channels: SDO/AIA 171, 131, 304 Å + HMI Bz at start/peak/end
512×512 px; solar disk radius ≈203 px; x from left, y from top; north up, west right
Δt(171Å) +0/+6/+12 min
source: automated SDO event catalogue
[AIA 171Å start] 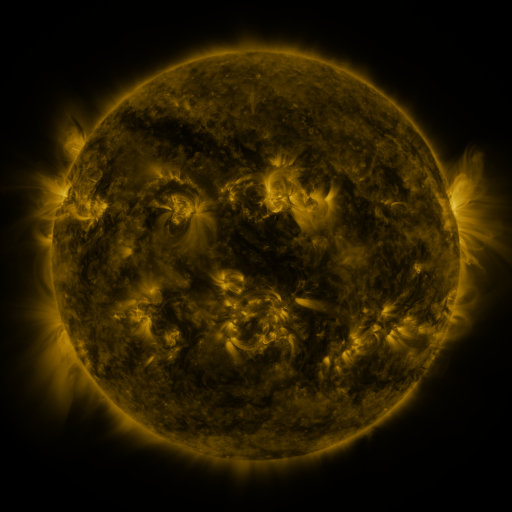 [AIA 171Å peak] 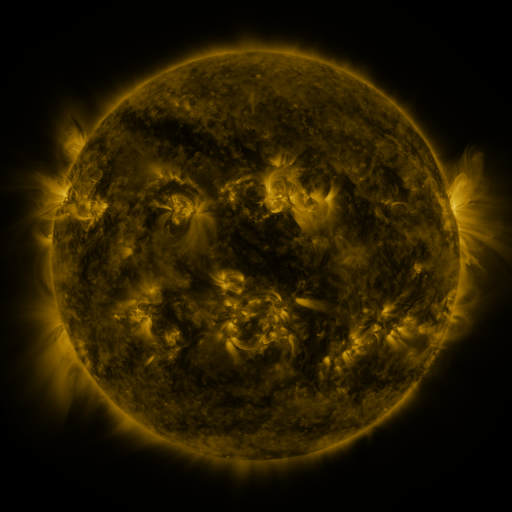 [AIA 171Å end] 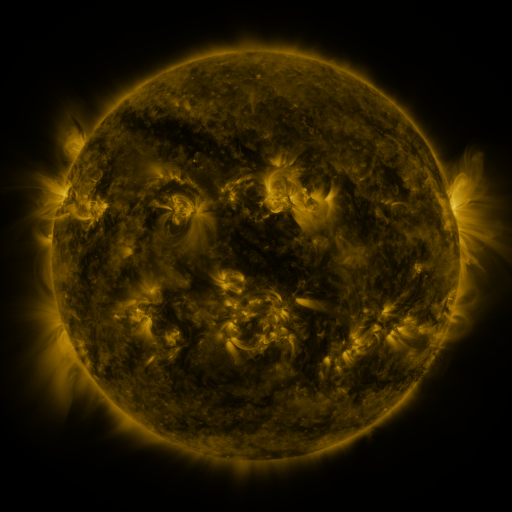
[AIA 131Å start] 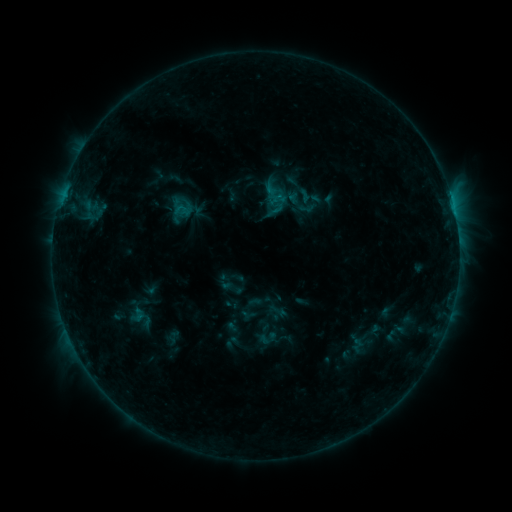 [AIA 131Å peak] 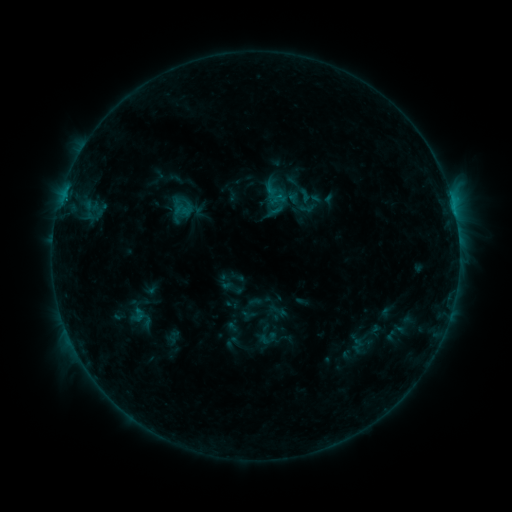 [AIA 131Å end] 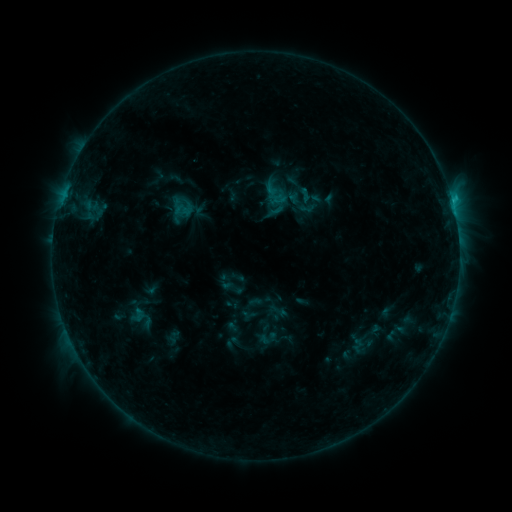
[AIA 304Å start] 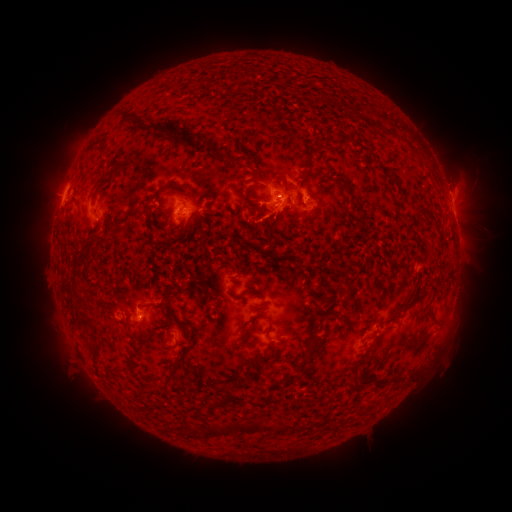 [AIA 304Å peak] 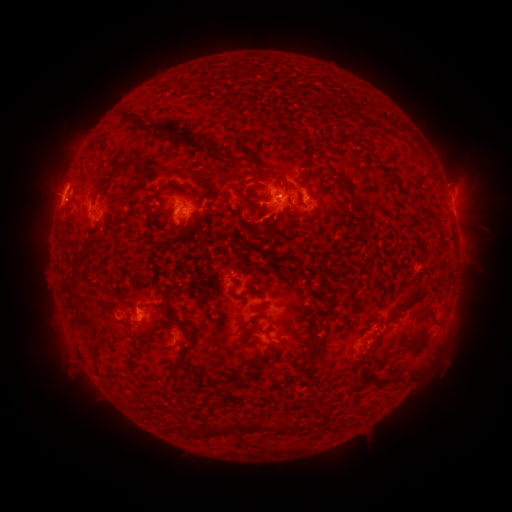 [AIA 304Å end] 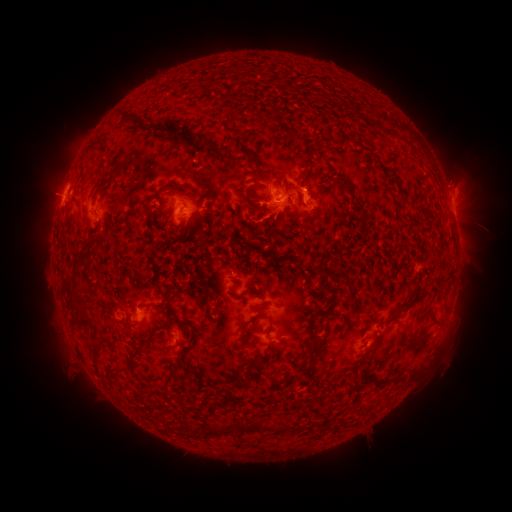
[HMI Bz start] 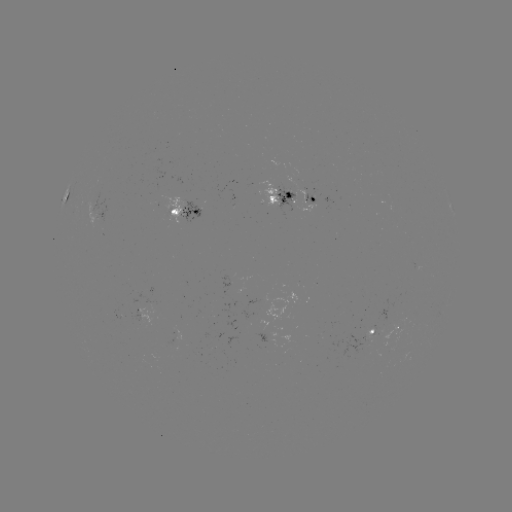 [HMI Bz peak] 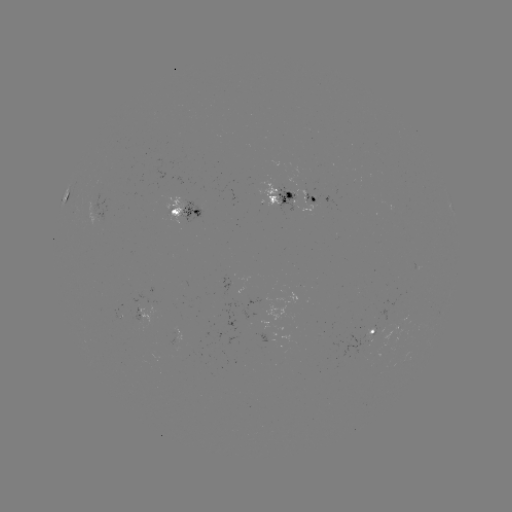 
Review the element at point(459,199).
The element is eruption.